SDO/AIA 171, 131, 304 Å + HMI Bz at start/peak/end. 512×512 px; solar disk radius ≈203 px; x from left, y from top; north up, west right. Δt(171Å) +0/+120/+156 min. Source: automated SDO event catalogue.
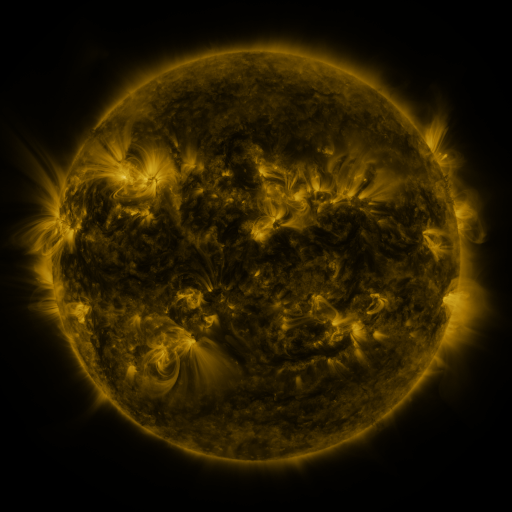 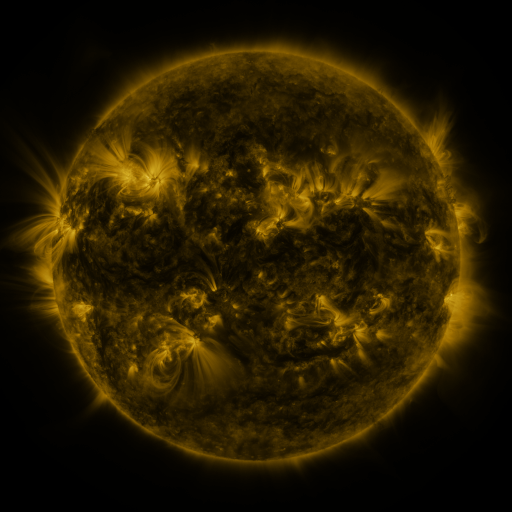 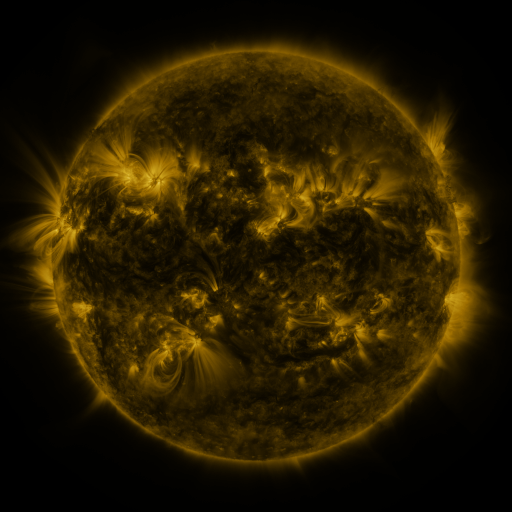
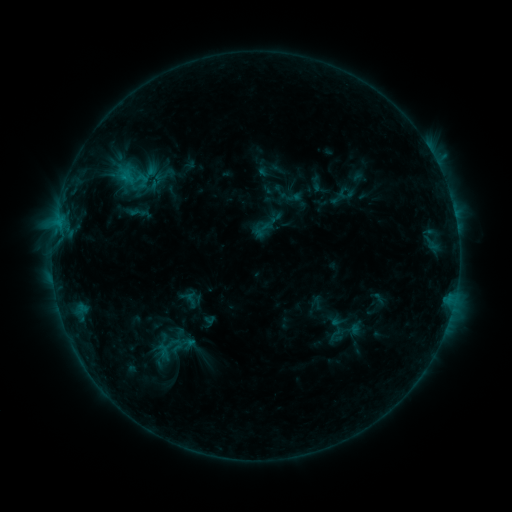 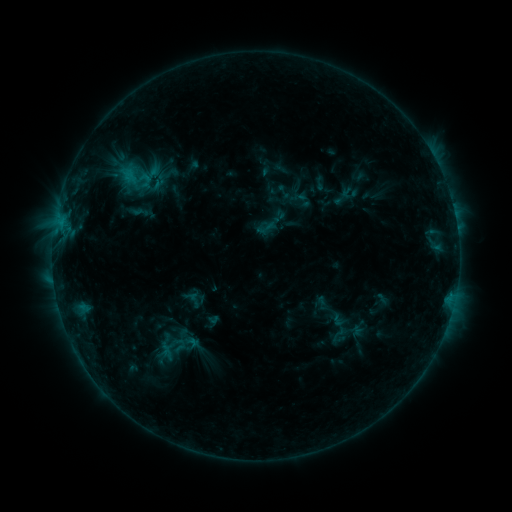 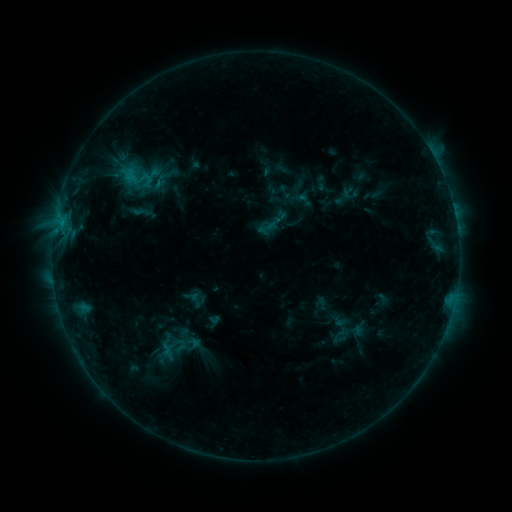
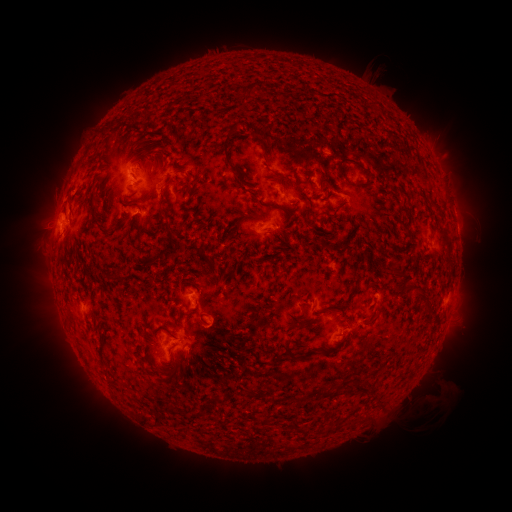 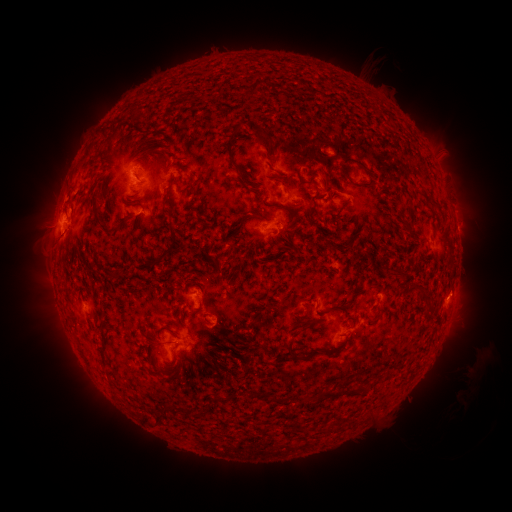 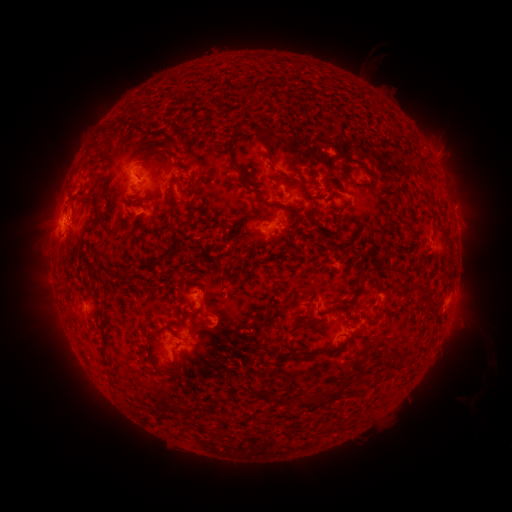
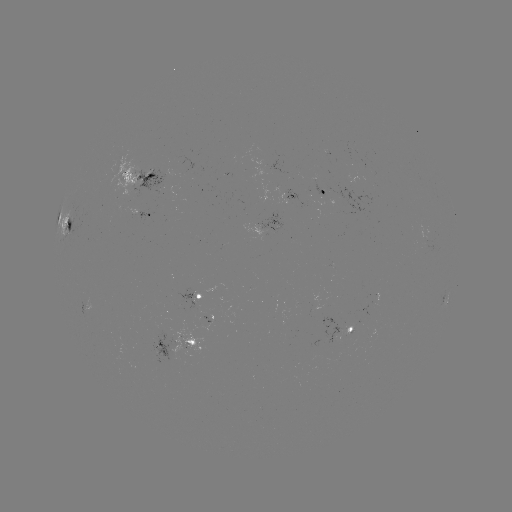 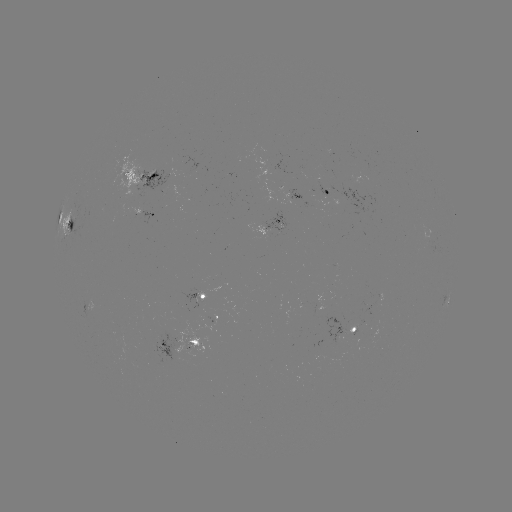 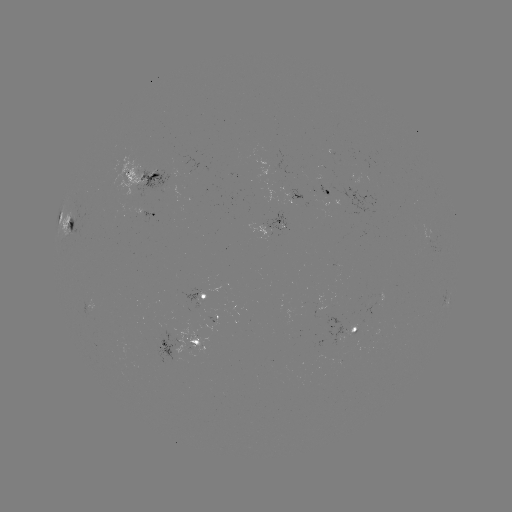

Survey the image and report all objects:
emerging-flux region: (279, 214)
